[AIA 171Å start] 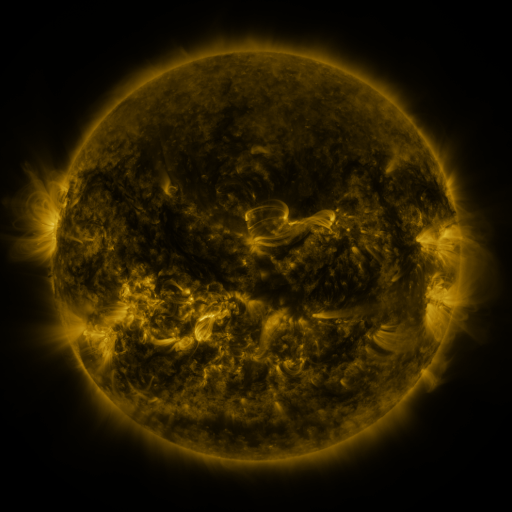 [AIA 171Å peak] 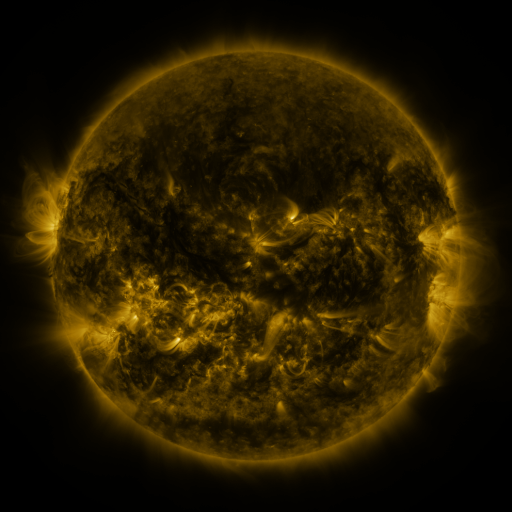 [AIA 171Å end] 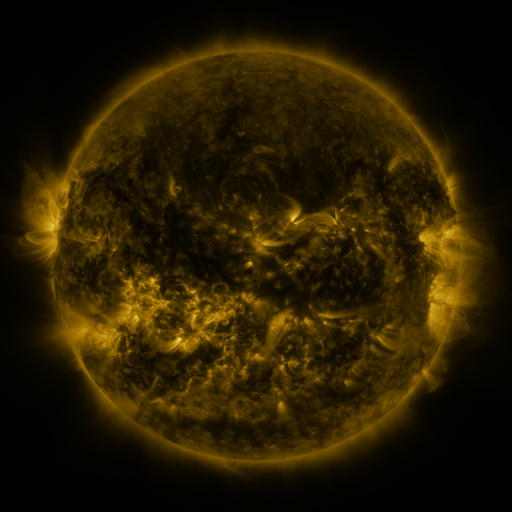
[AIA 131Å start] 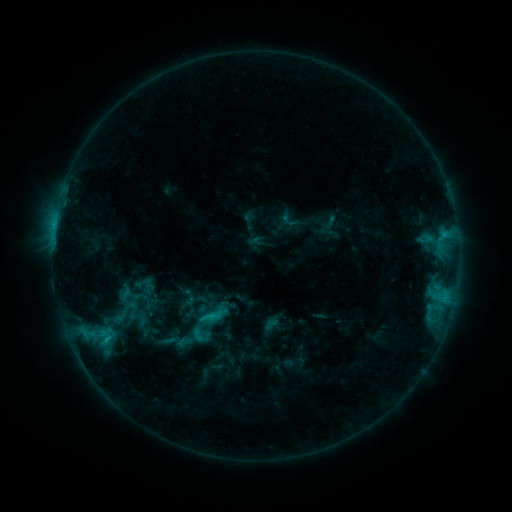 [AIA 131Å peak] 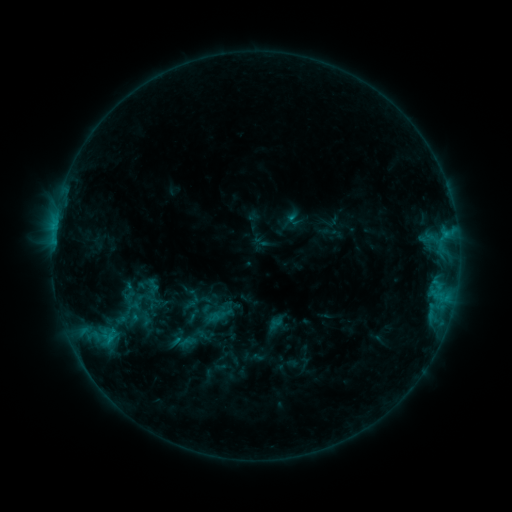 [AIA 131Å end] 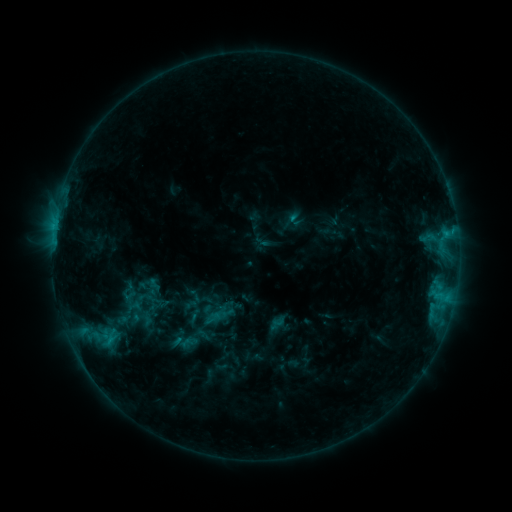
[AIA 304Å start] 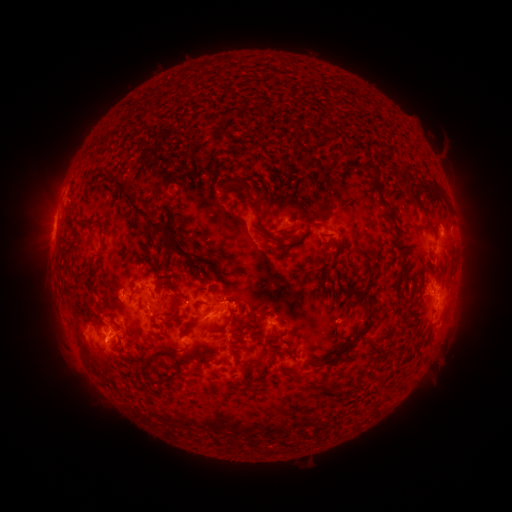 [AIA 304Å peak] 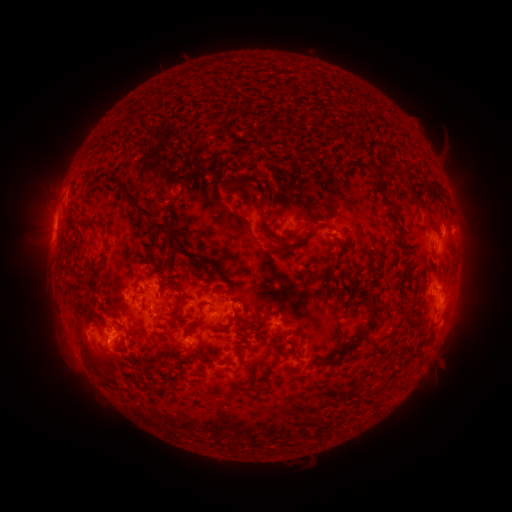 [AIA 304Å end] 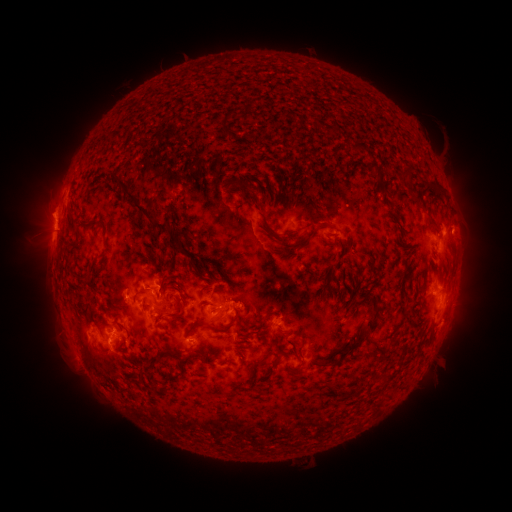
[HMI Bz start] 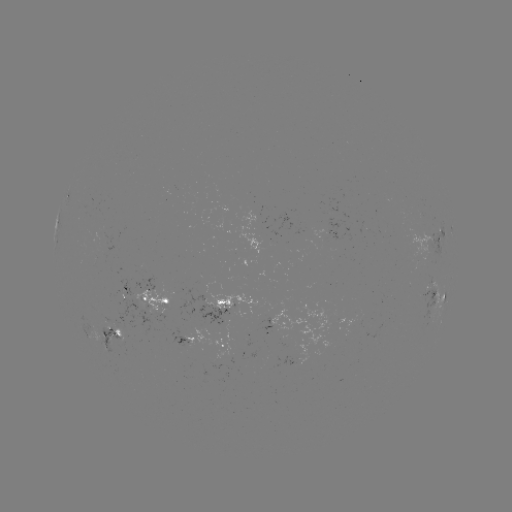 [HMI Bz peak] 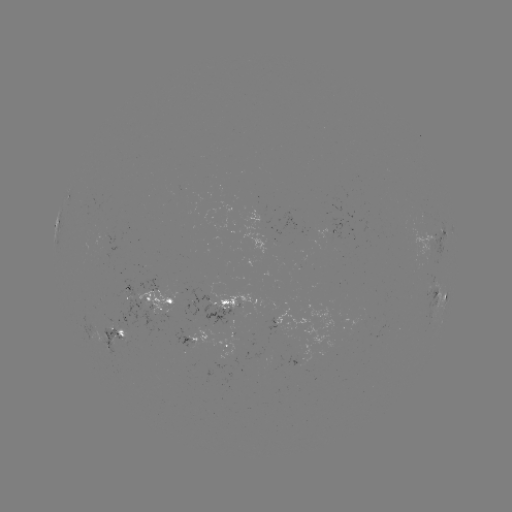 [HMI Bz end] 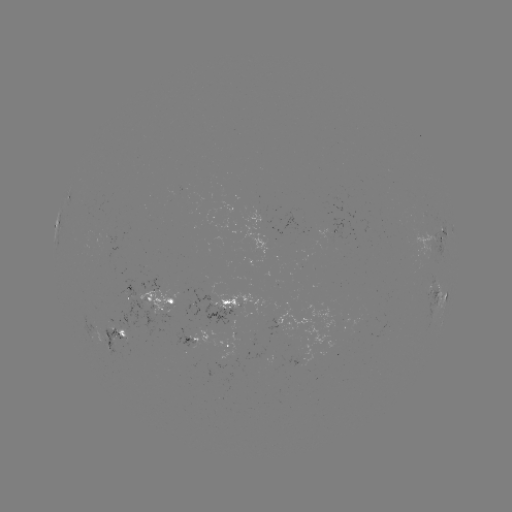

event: emerging-flux region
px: (335, 230)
